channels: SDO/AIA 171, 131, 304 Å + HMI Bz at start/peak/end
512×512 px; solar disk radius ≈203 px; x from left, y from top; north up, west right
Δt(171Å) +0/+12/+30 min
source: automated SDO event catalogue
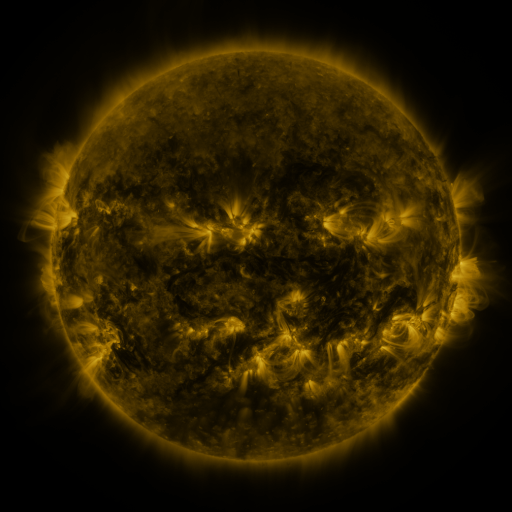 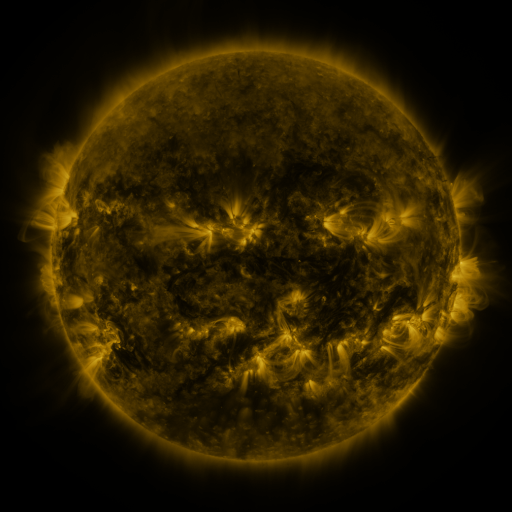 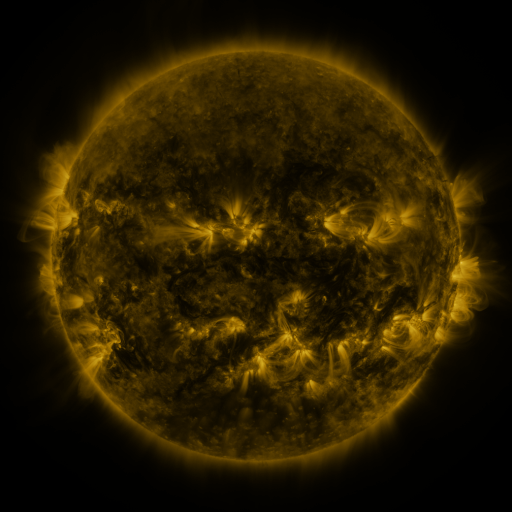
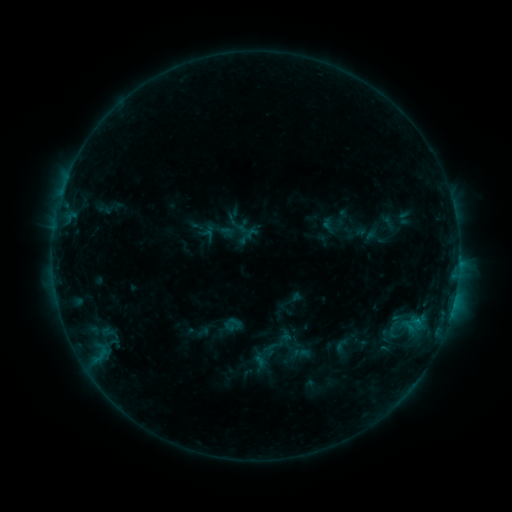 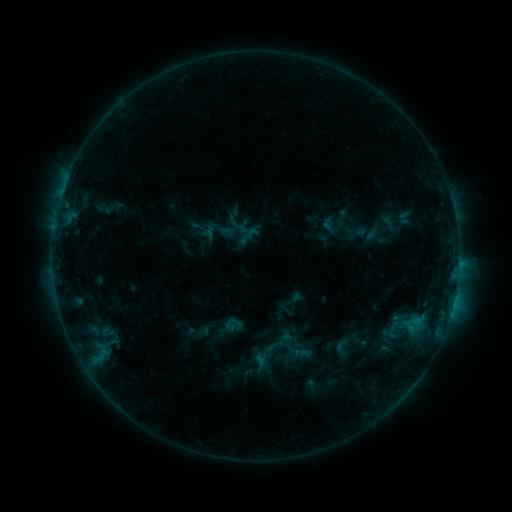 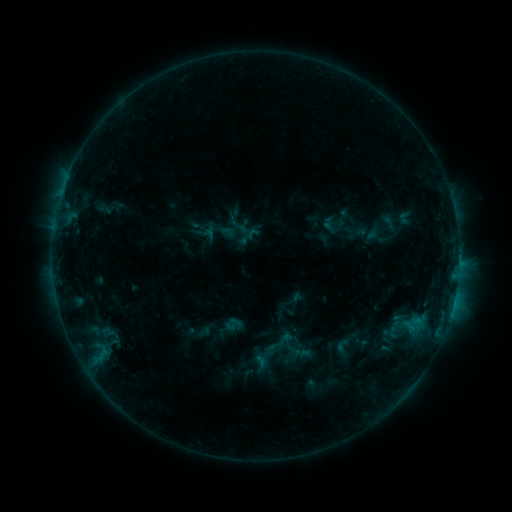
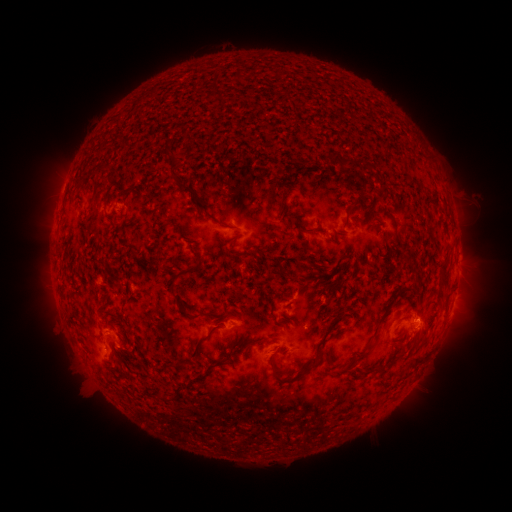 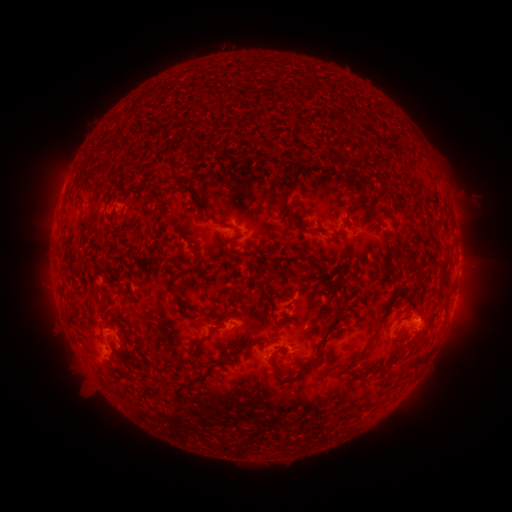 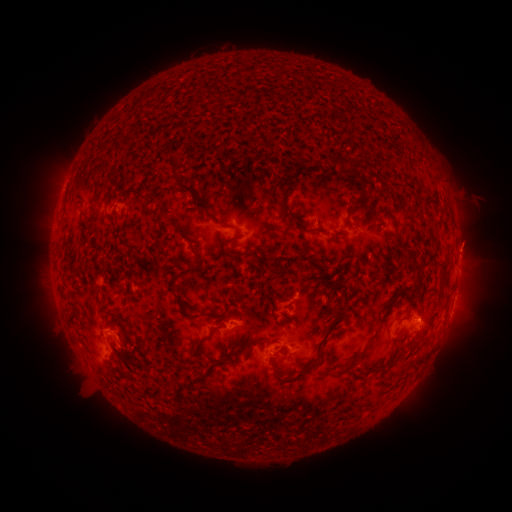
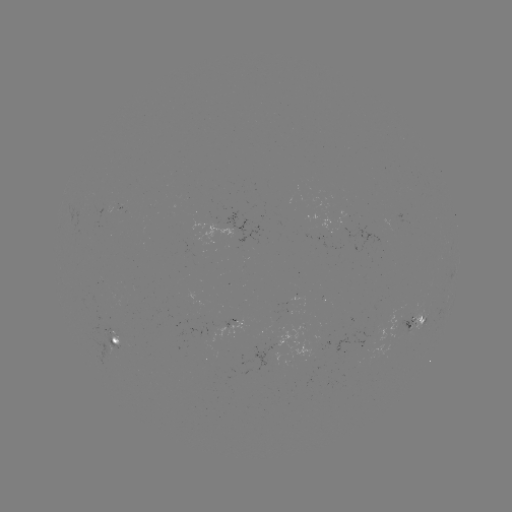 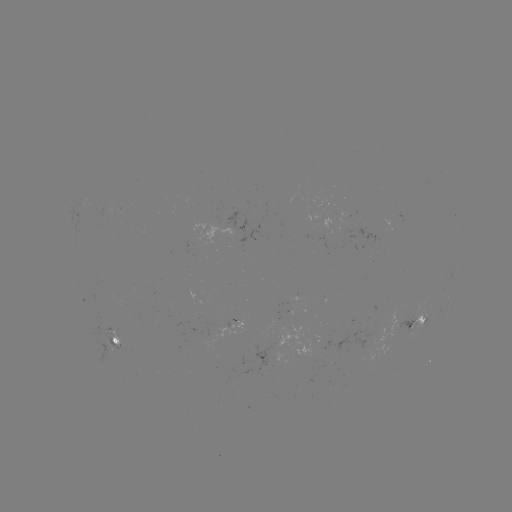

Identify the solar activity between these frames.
no flare in any classed list; no EUV-trigger detection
